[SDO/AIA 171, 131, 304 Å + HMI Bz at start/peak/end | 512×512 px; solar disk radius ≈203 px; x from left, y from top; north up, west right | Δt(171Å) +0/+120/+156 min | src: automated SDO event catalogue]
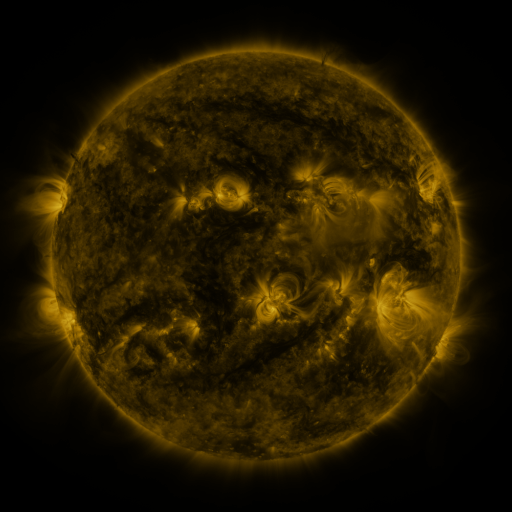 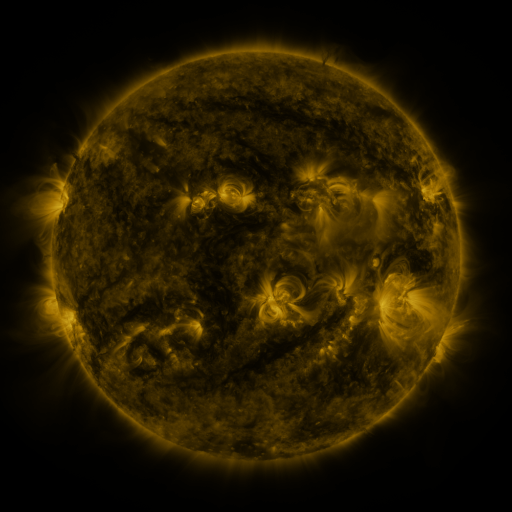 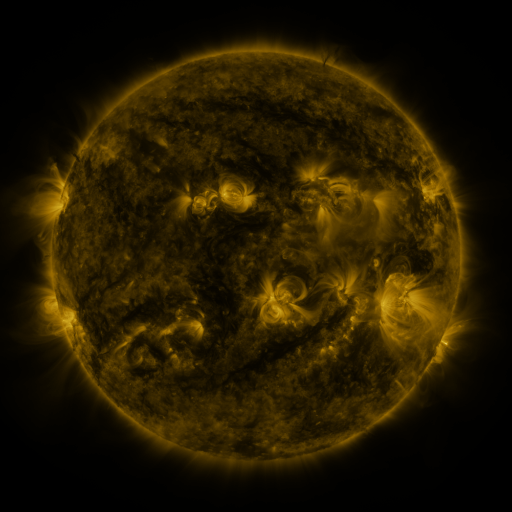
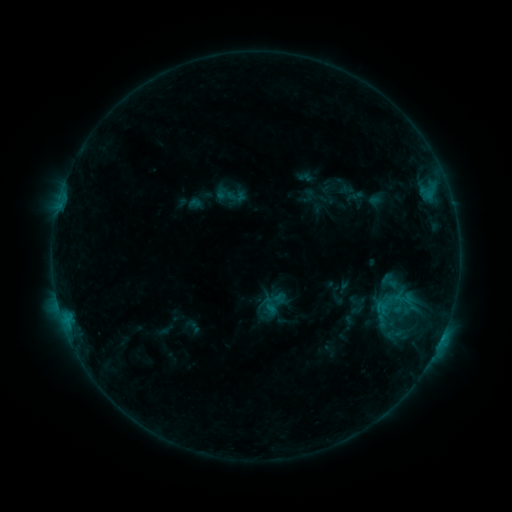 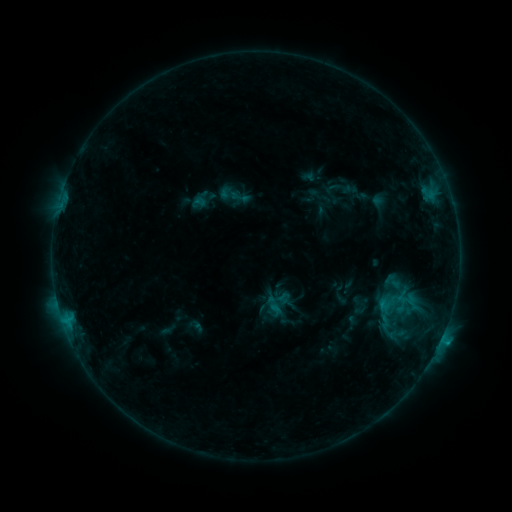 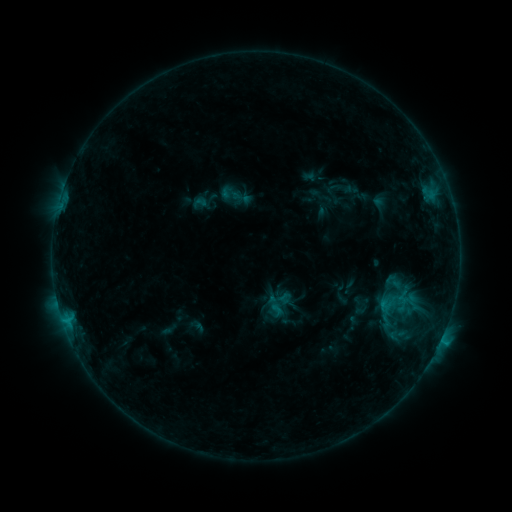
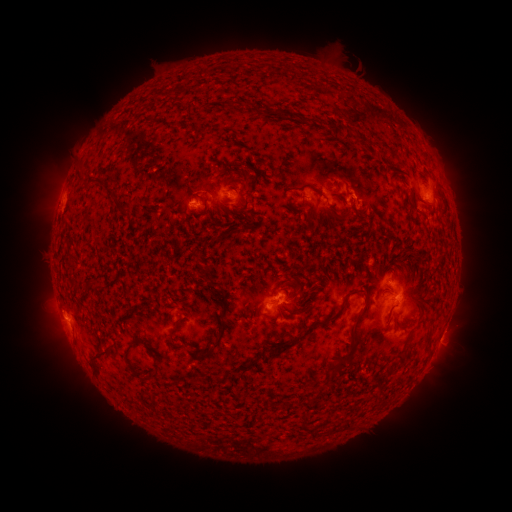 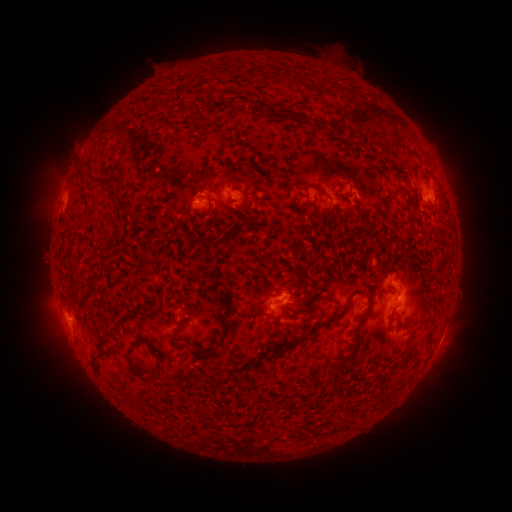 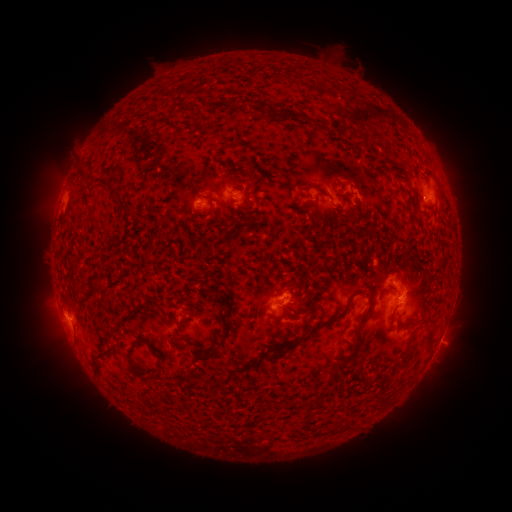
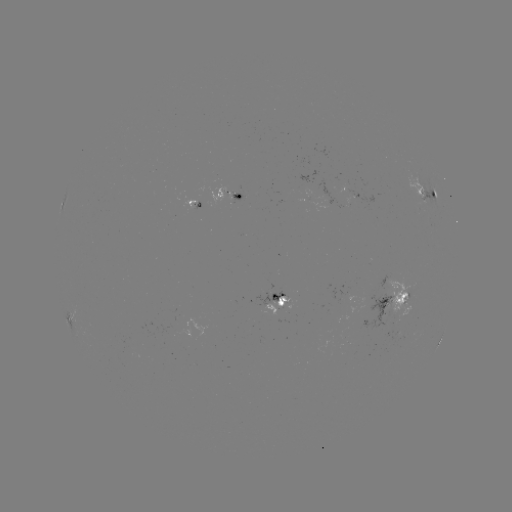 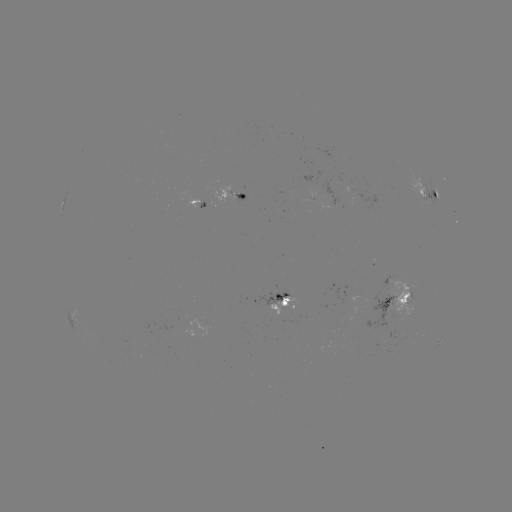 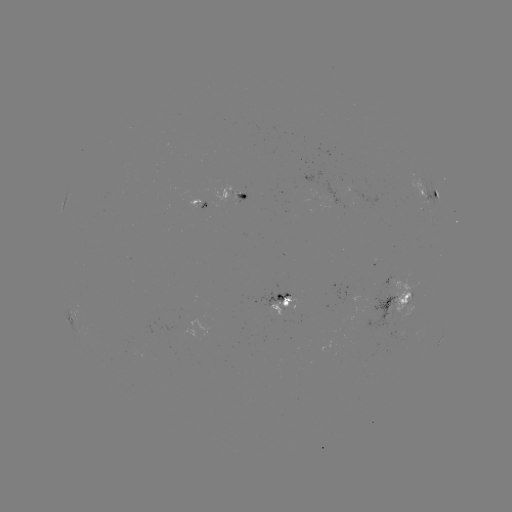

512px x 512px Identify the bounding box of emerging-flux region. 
[234, 192, 248, 204].